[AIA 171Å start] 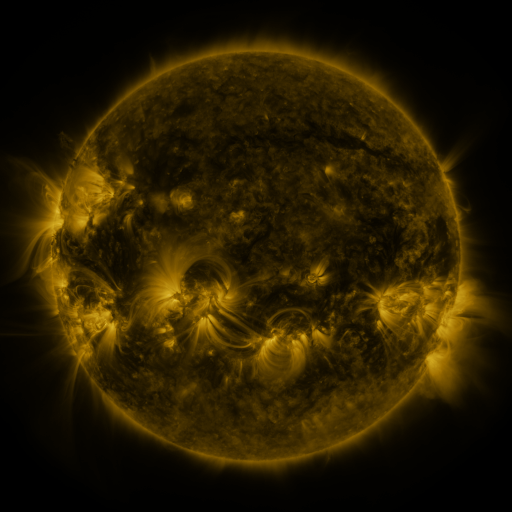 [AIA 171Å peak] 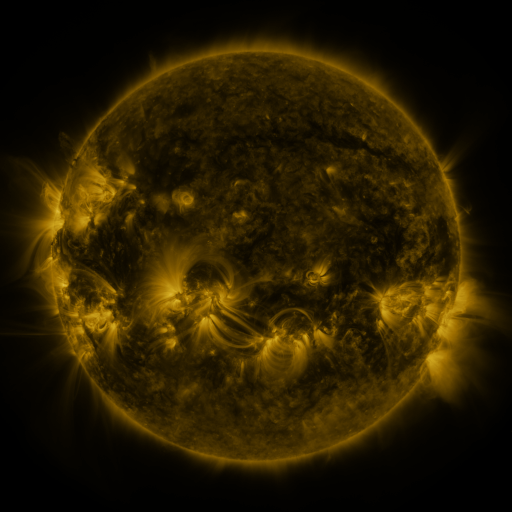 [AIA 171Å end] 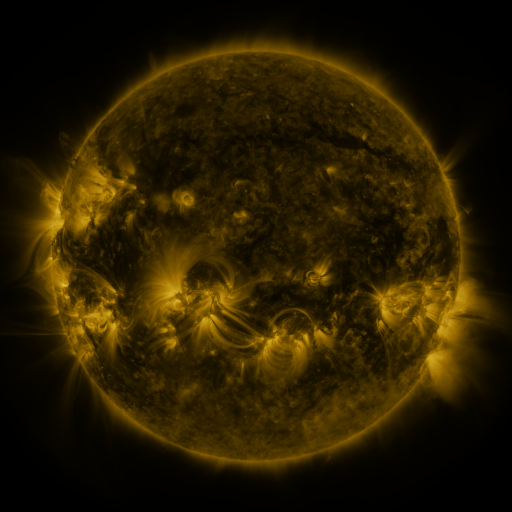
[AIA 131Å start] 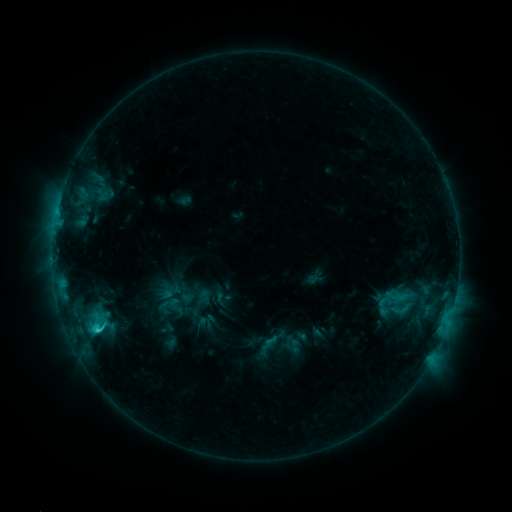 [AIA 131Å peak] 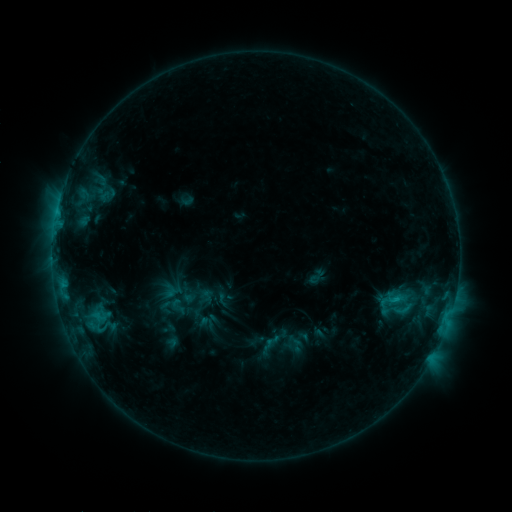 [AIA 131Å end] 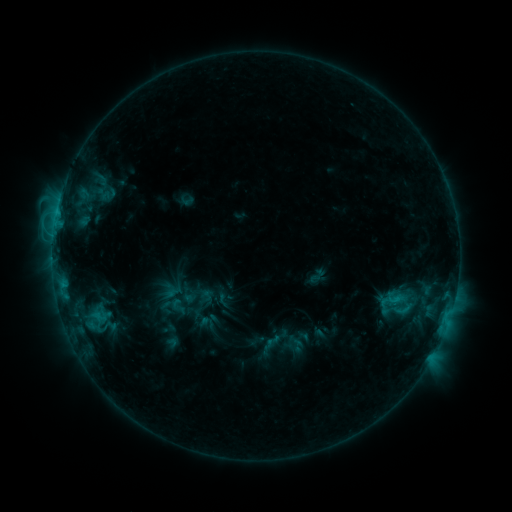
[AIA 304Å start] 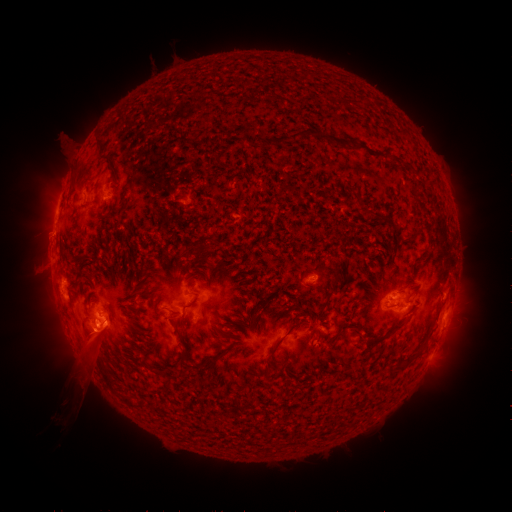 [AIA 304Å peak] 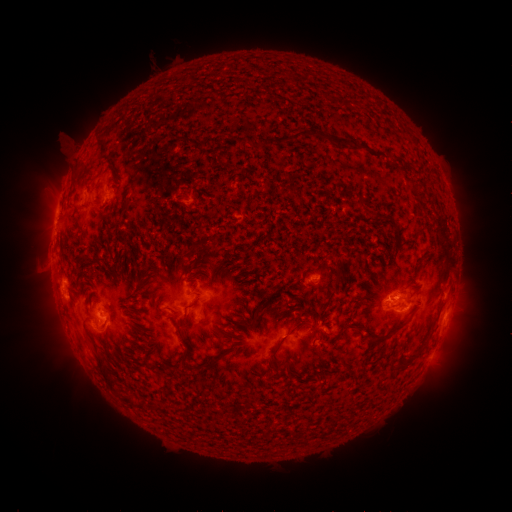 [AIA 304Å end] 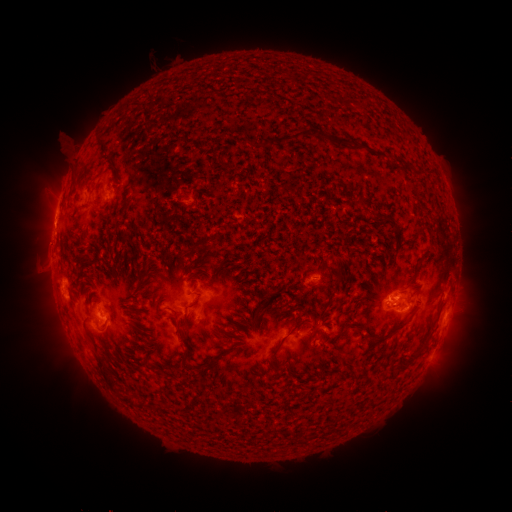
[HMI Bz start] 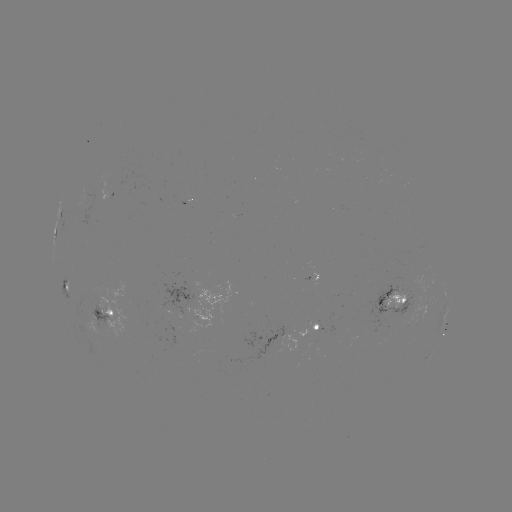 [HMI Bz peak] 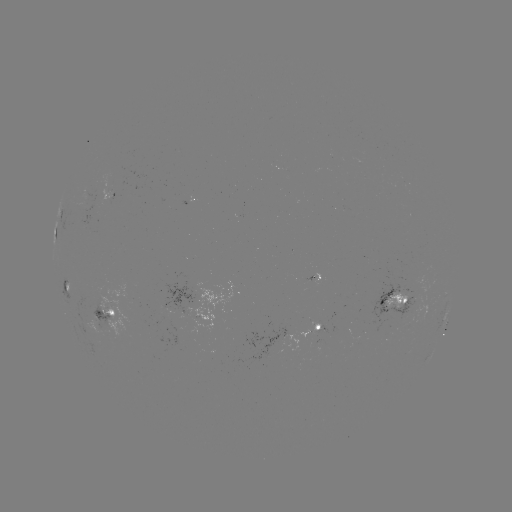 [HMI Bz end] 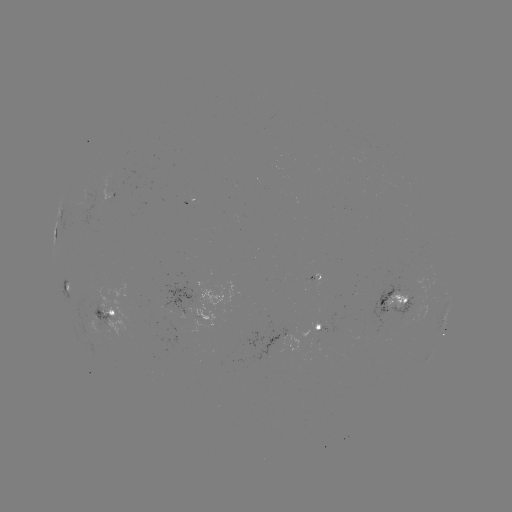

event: emerging-flux region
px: (398, 314)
